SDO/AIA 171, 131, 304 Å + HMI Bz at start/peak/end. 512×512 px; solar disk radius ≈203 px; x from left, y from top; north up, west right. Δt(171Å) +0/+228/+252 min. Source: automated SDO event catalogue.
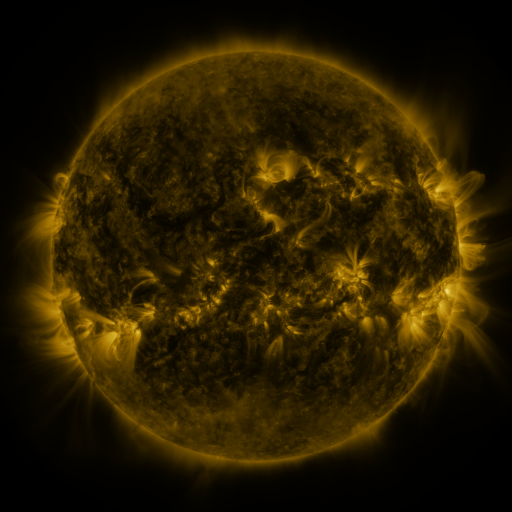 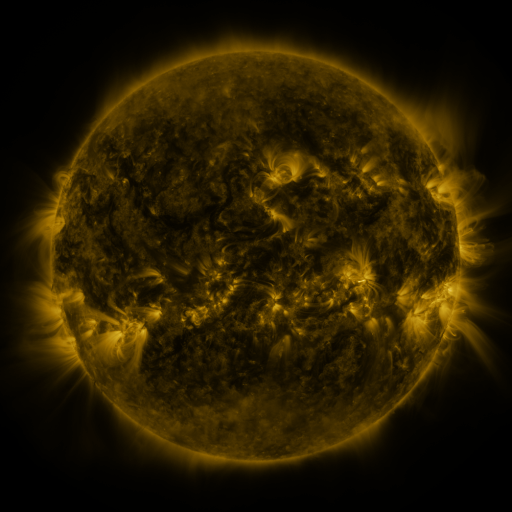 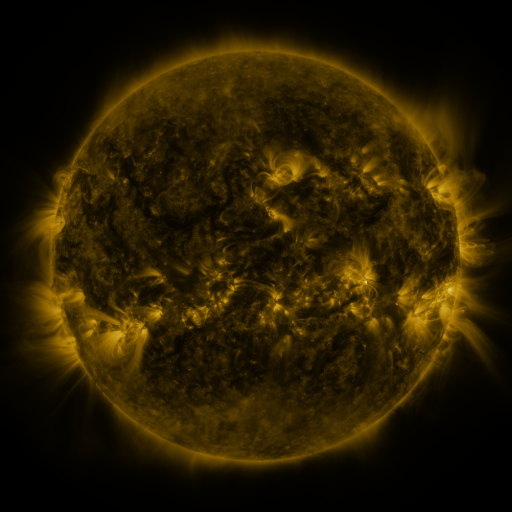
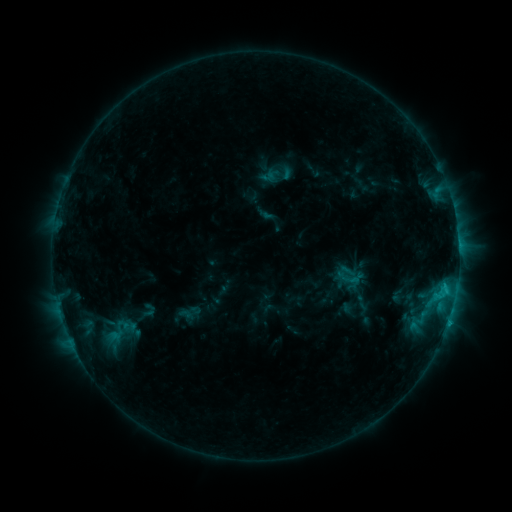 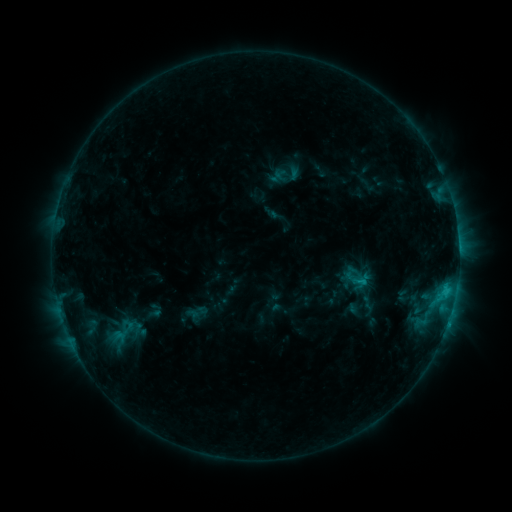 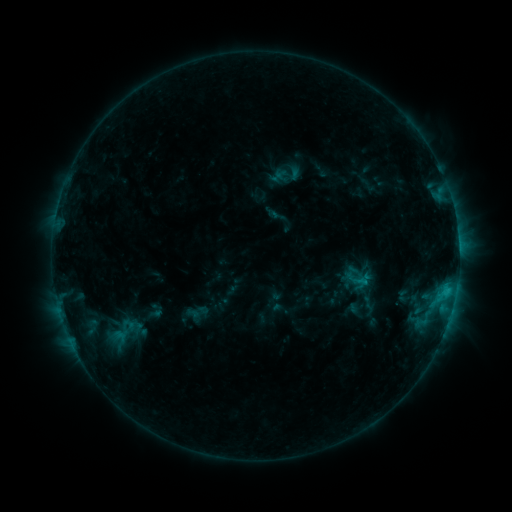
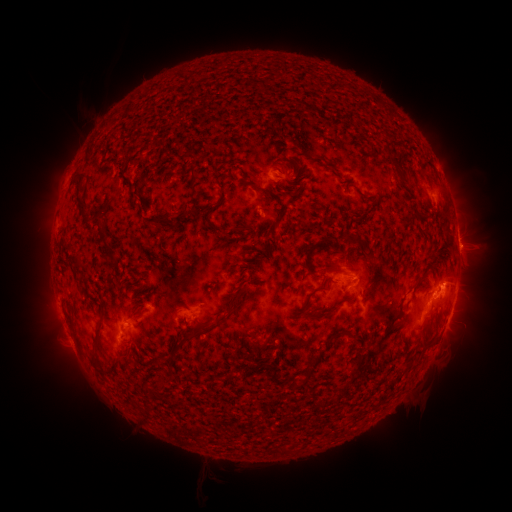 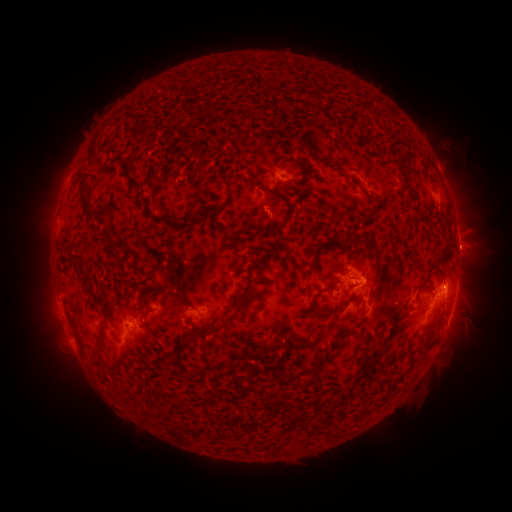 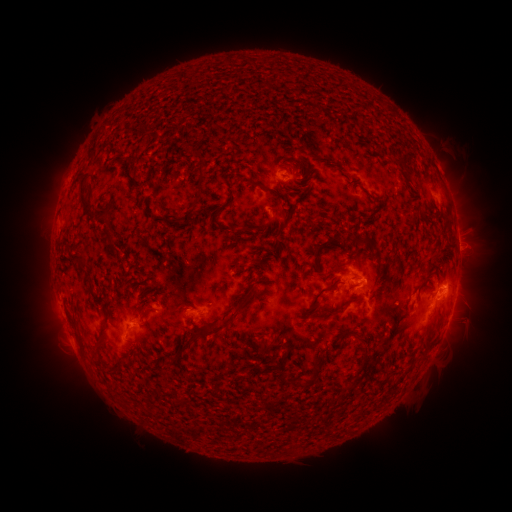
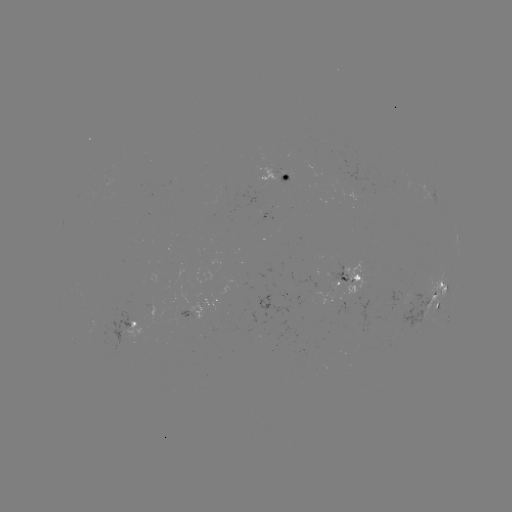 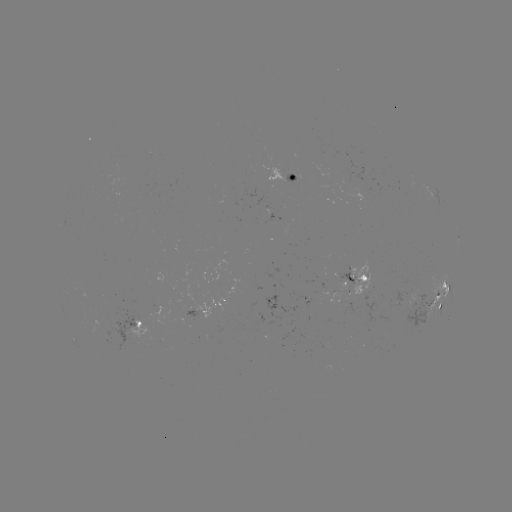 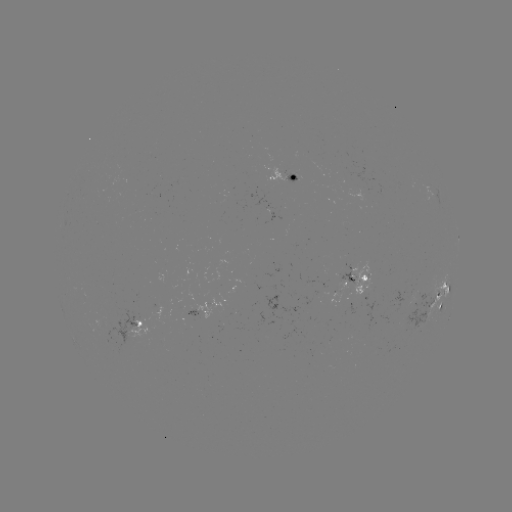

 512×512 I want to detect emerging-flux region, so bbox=[338, 262, 354, 285].